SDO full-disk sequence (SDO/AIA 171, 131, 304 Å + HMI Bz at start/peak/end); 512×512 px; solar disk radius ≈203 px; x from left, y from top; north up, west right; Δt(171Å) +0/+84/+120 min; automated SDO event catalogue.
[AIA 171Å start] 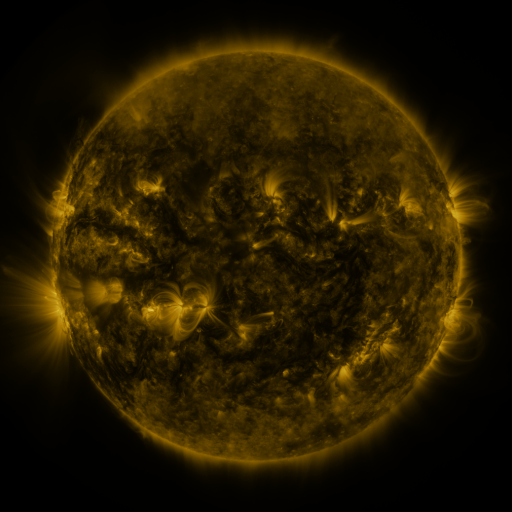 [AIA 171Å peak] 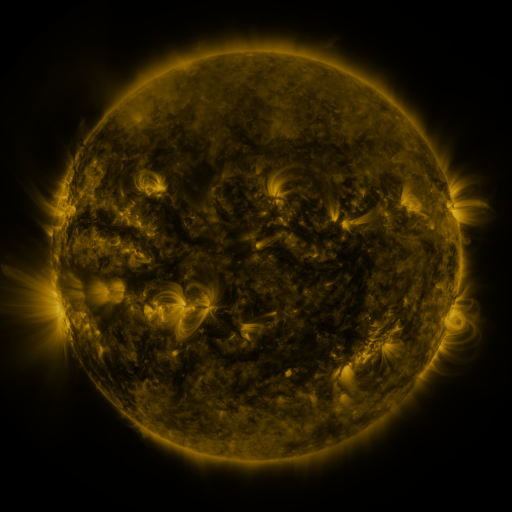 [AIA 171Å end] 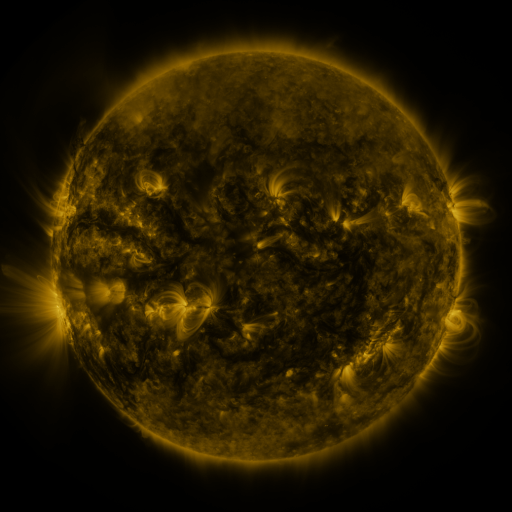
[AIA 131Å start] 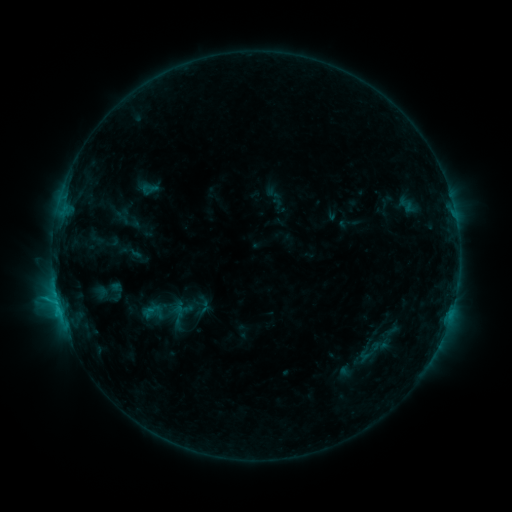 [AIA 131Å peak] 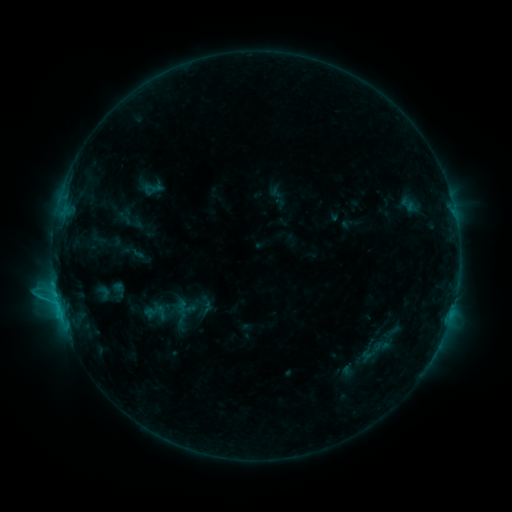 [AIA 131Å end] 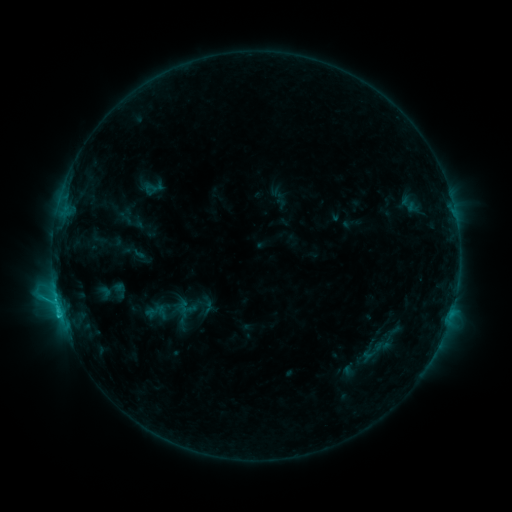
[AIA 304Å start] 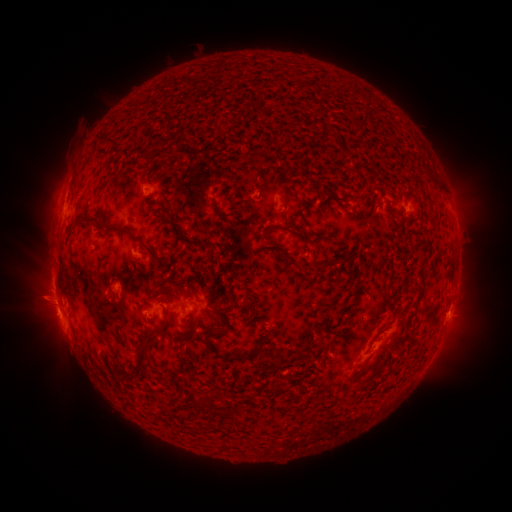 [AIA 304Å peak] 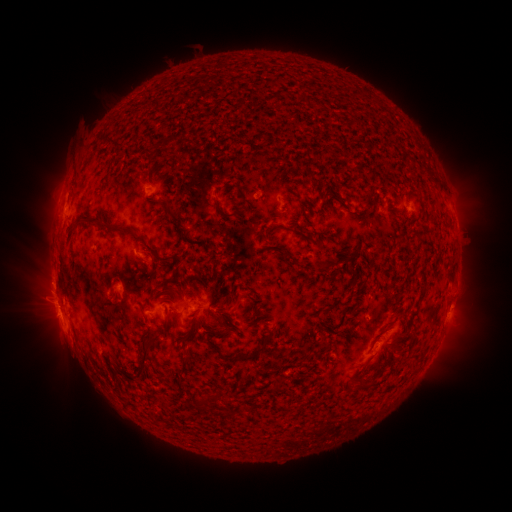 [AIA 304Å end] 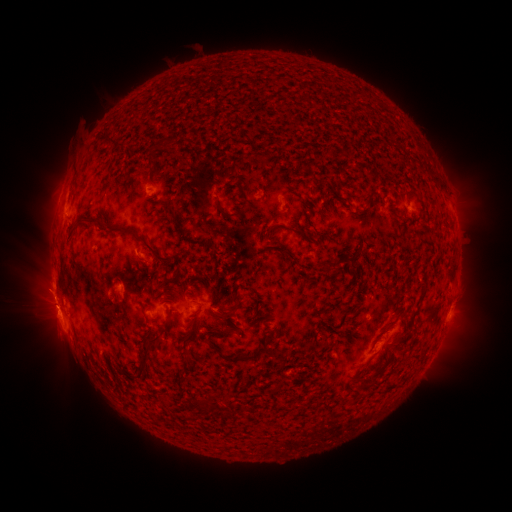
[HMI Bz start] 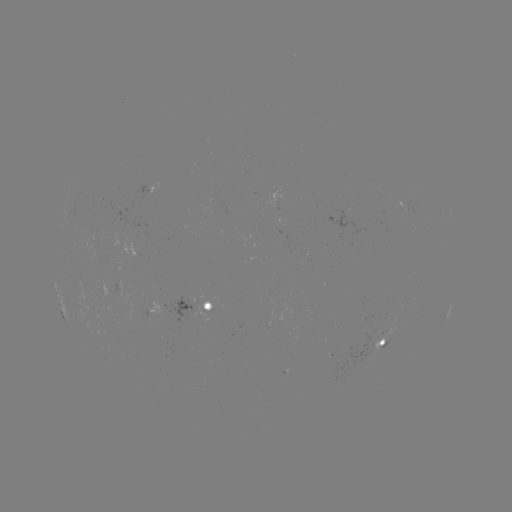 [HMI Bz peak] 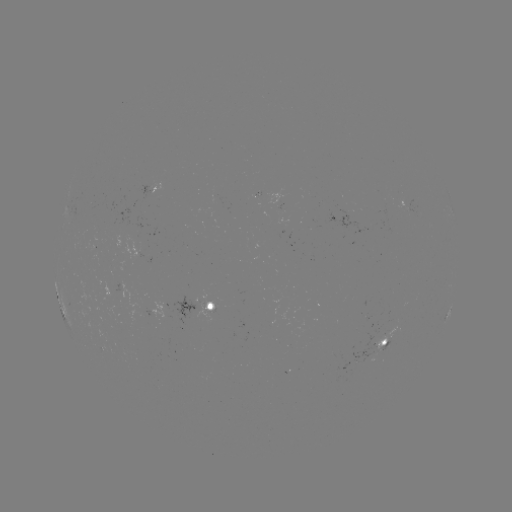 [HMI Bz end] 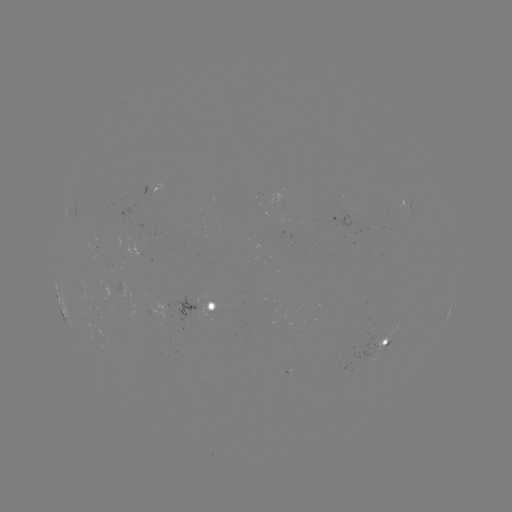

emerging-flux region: [382, 198, 393, 207]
